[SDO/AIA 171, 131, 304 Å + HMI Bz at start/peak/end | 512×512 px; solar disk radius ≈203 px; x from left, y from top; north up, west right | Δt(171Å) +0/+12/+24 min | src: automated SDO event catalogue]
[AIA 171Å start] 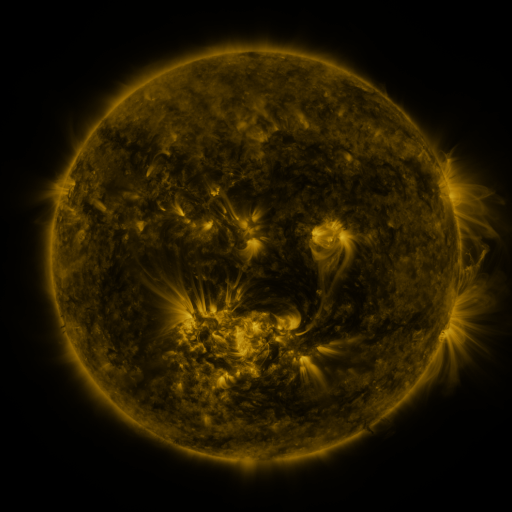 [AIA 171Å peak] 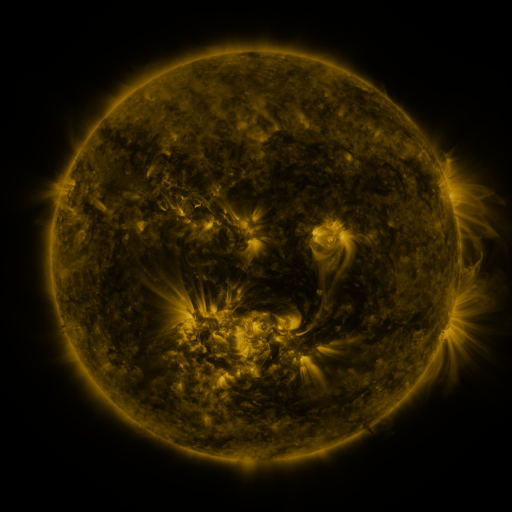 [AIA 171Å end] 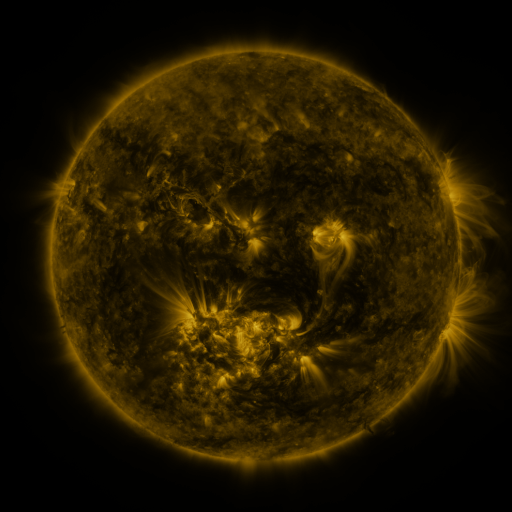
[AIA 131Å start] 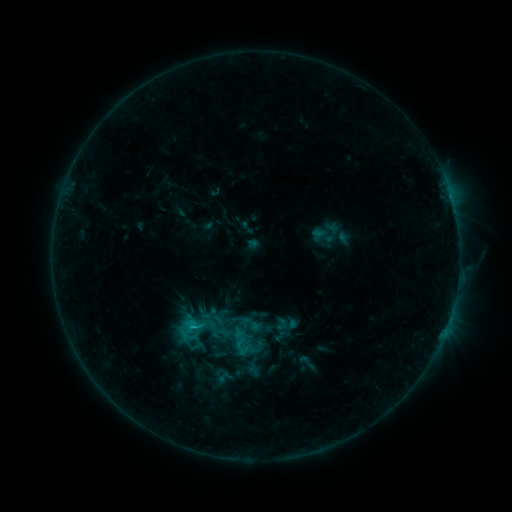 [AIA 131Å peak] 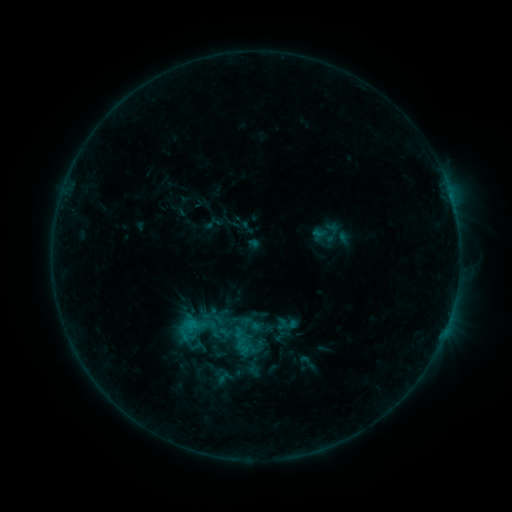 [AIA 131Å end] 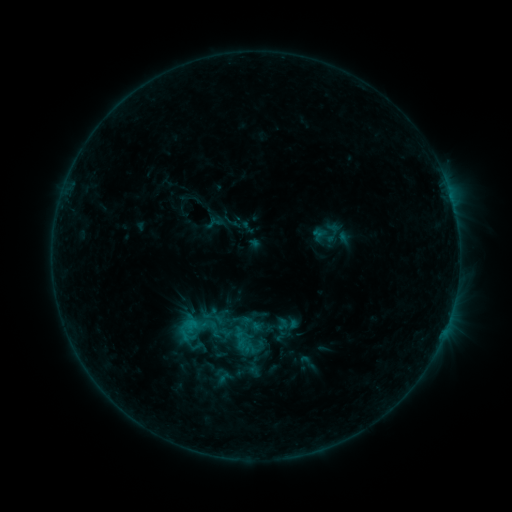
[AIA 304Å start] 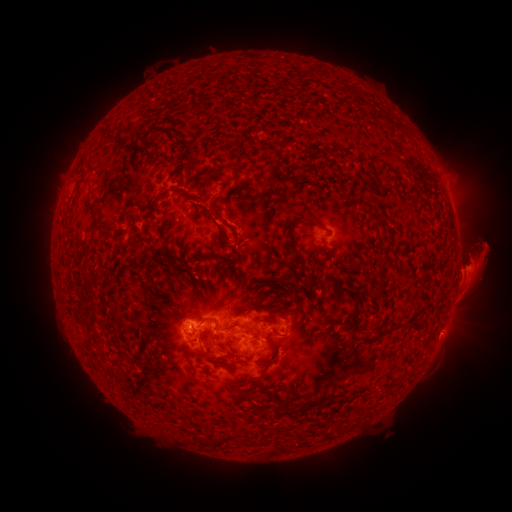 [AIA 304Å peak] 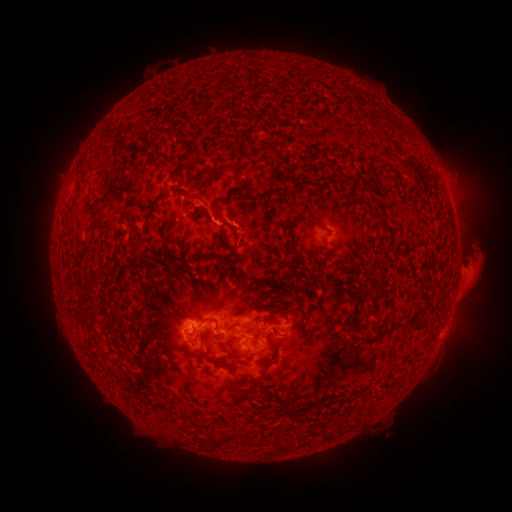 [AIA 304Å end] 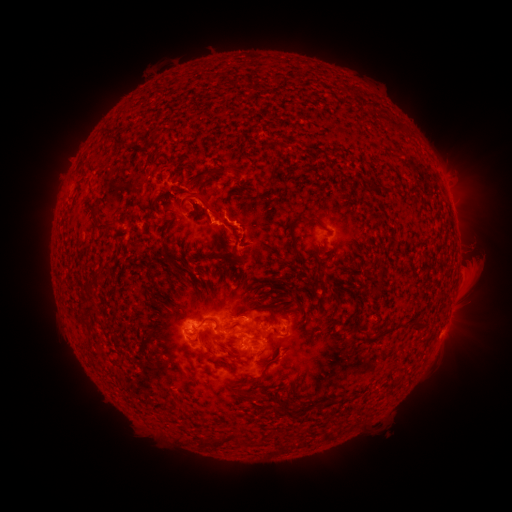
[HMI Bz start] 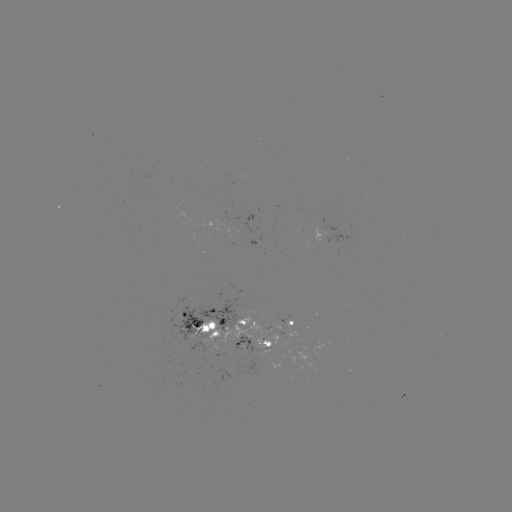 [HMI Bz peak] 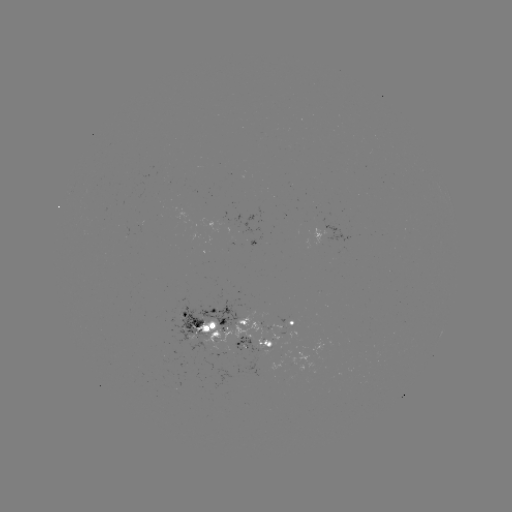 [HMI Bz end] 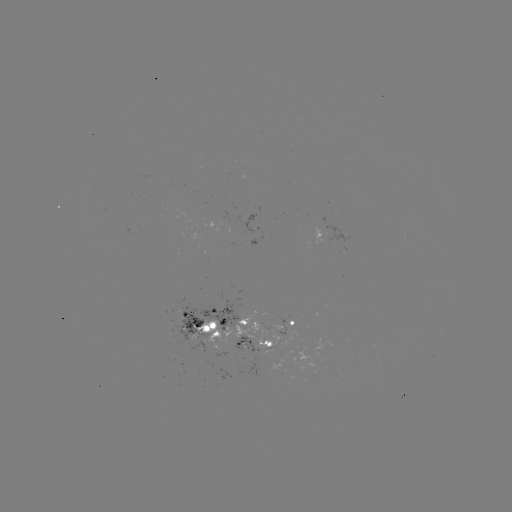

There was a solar eruption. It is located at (202, 209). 